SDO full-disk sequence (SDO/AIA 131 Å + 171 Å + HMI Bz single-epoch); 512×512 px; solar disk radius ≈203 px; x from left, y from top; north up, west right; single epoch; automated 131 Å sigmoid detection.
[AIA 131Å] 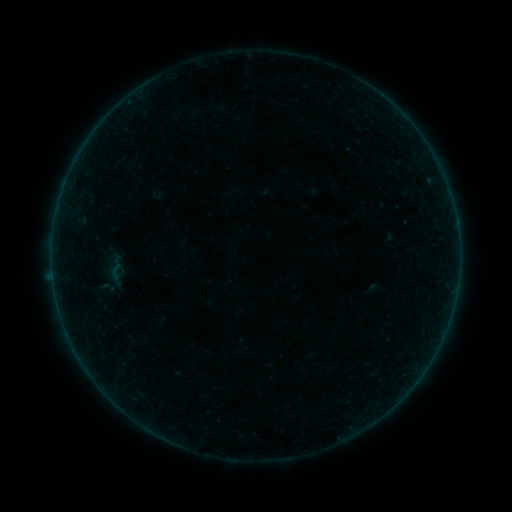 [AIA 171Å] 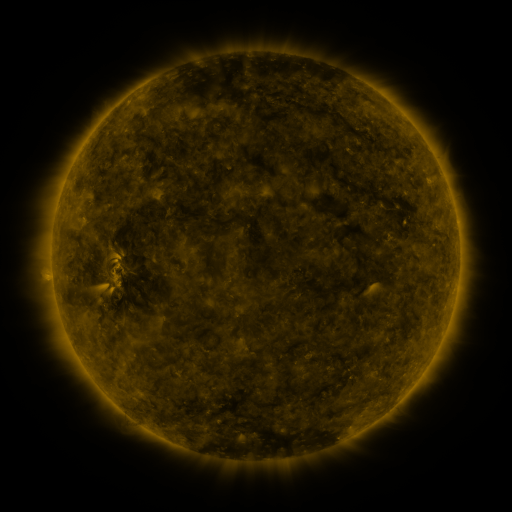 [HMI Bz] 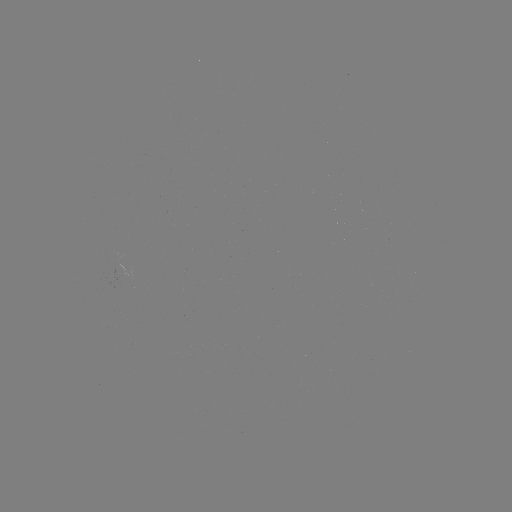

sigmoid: <bbox>105, 262, 127, 282</bbox>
